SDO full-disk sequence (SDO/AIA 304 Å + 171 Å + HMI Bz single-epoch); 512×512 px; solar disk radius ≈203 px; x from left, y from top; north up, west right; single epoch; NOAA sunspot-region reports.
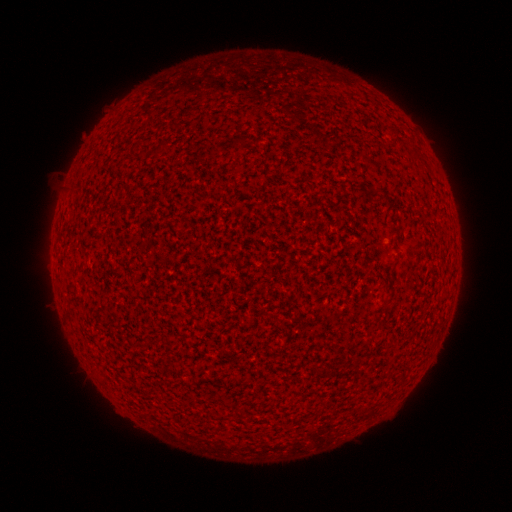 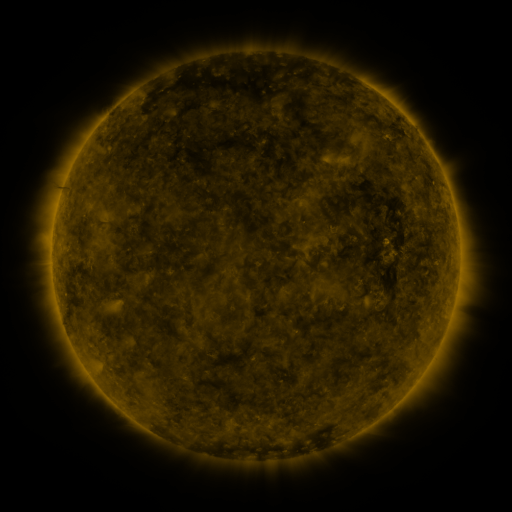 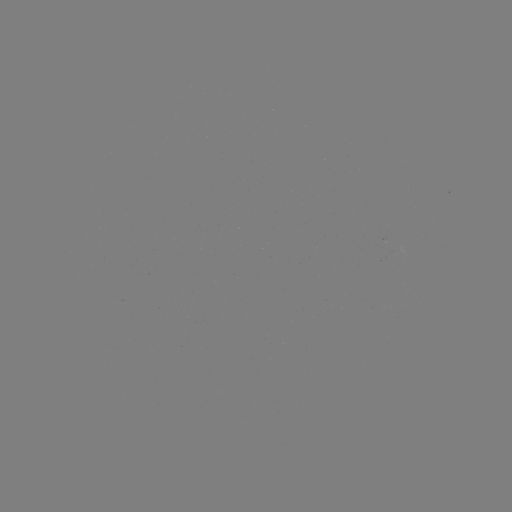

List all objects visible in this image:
(none)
